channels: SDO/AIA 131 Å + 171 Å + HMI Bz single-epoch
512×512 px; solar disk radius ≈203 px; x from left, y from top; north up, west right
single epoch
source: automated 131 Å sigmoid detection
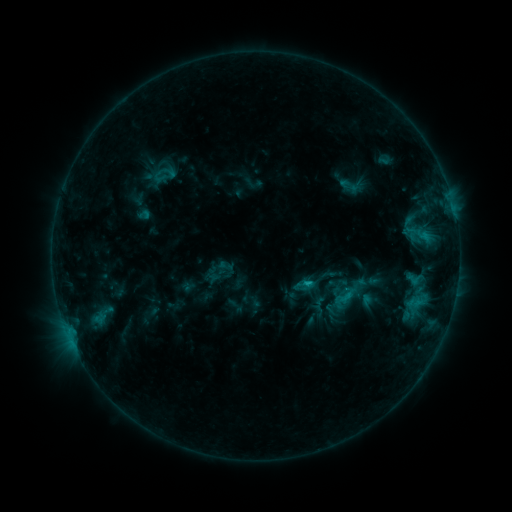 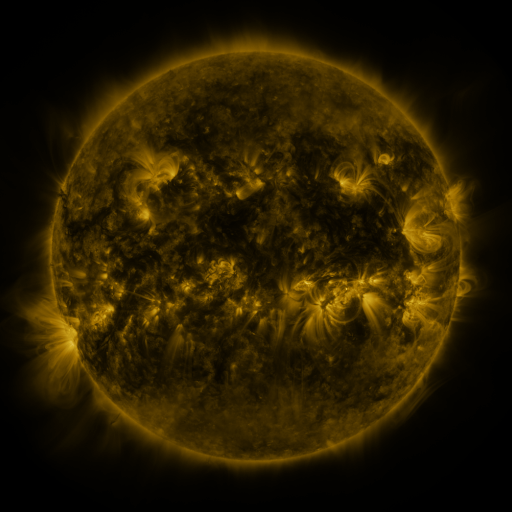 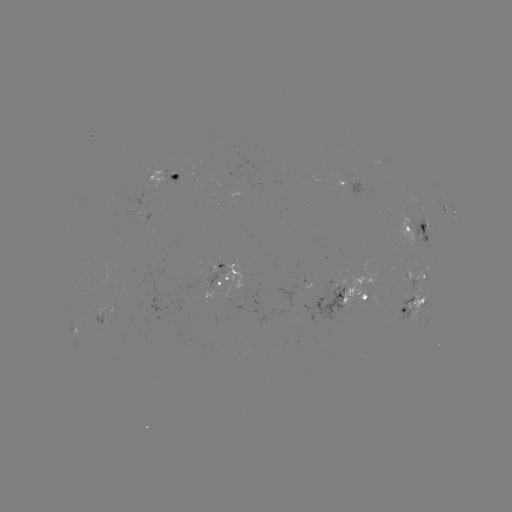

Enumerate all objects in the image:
sigmoid: (419, 230)
